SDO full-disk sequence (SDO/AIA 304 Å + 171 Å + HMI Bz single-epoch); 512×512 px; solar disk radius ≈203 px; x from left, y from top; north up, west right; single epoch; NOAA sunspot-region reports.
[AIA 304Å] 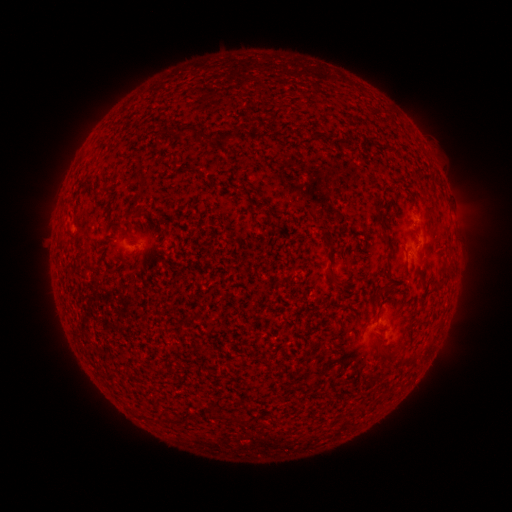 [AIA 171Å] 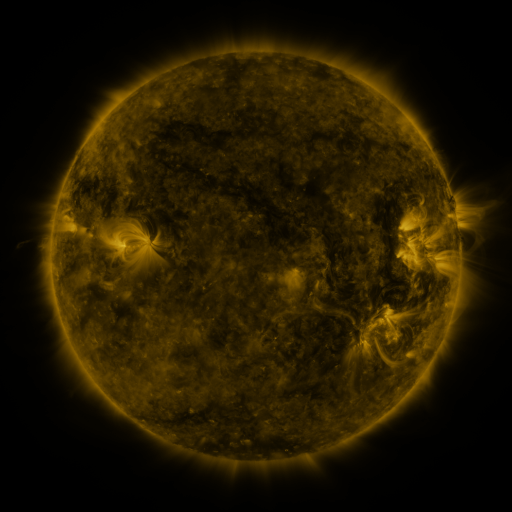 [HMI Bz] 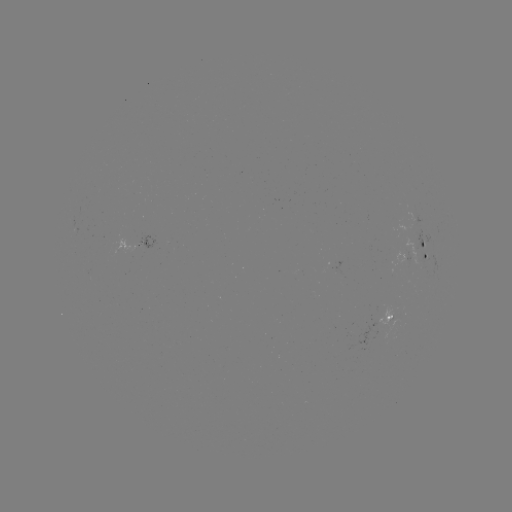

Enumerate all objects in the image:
spotted active region: (146, 244)
spotted active region: (428, 251)
spotted active region: (411, 257)
spotted active region: (391, 315)
